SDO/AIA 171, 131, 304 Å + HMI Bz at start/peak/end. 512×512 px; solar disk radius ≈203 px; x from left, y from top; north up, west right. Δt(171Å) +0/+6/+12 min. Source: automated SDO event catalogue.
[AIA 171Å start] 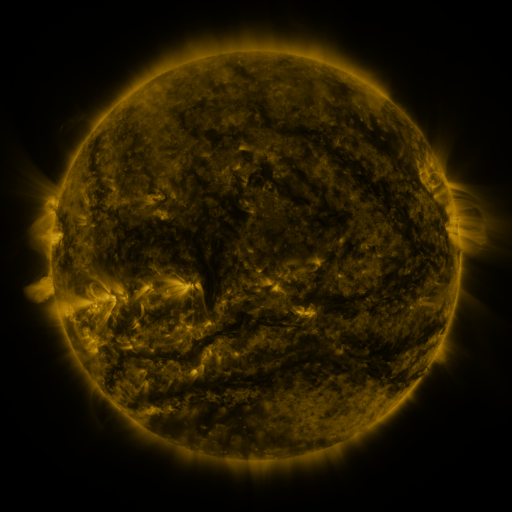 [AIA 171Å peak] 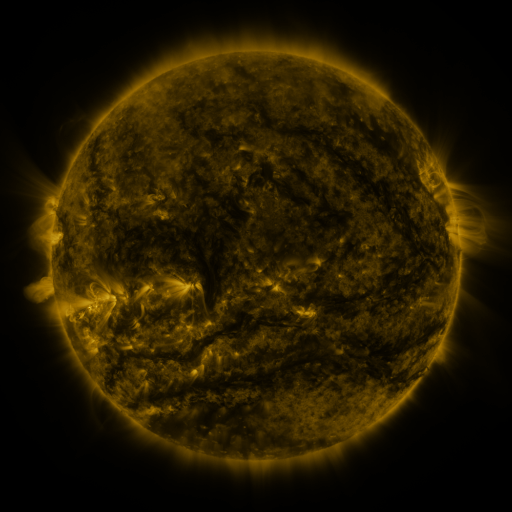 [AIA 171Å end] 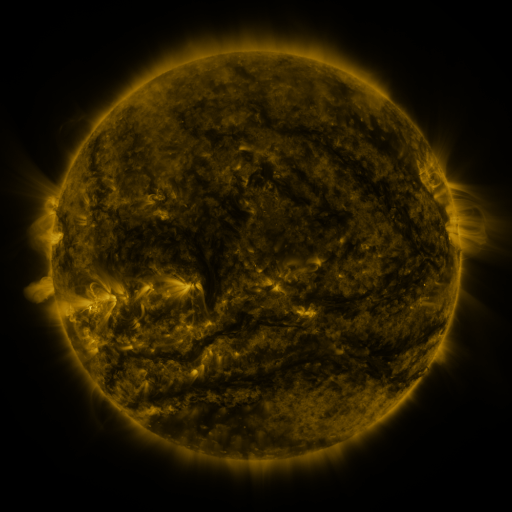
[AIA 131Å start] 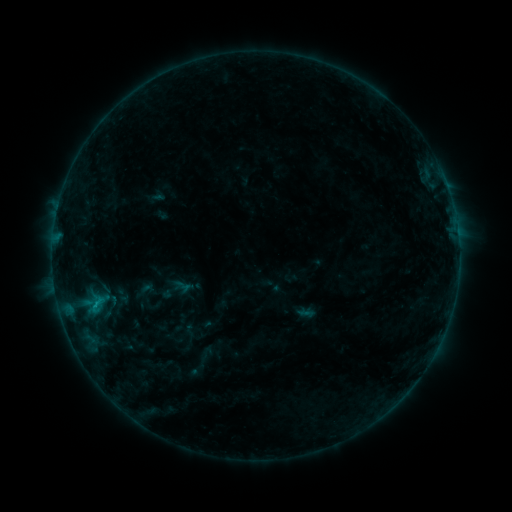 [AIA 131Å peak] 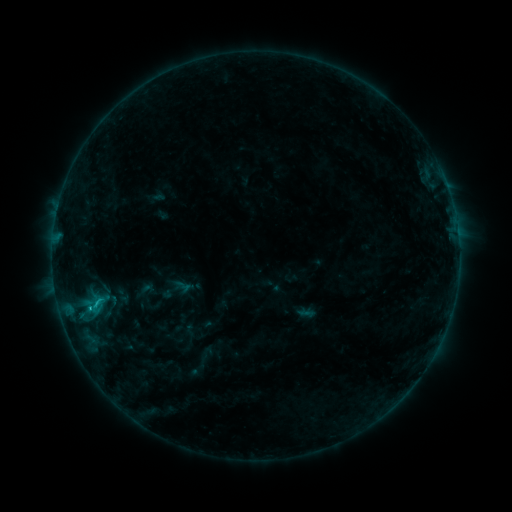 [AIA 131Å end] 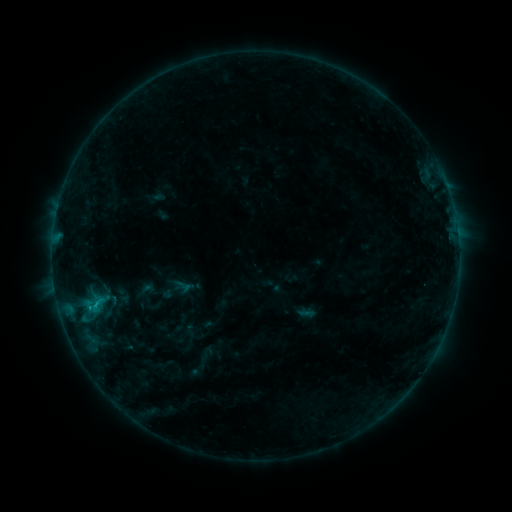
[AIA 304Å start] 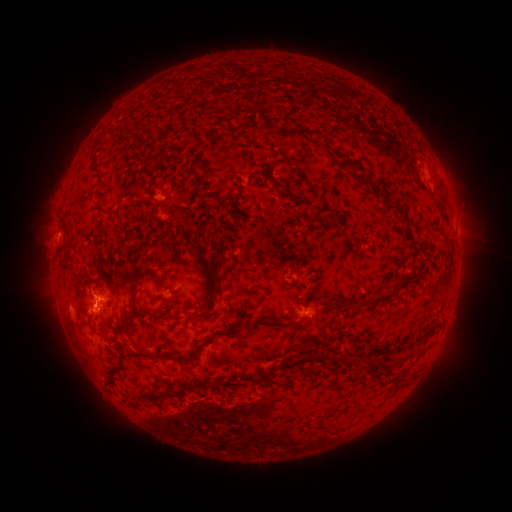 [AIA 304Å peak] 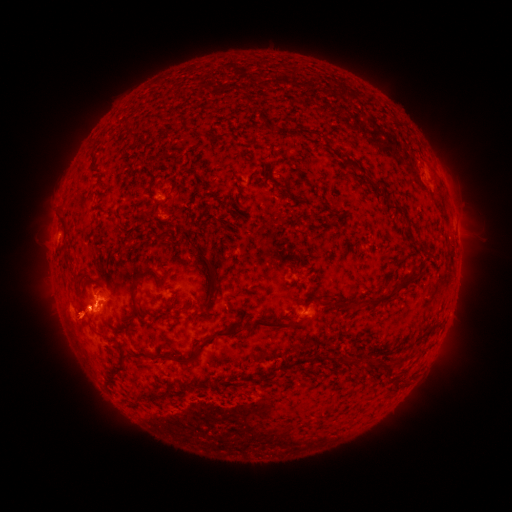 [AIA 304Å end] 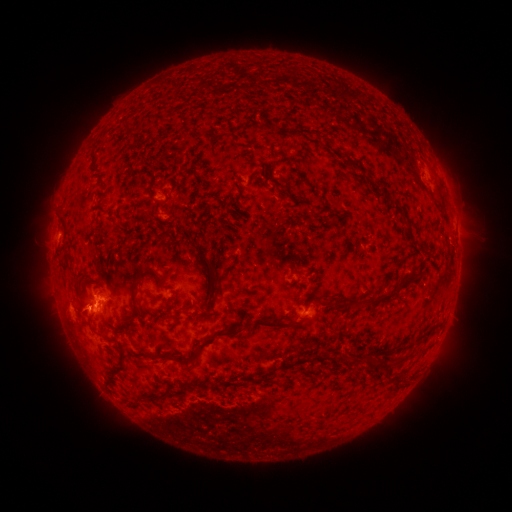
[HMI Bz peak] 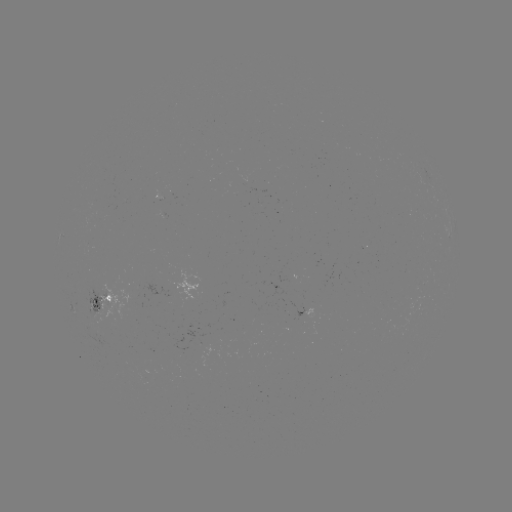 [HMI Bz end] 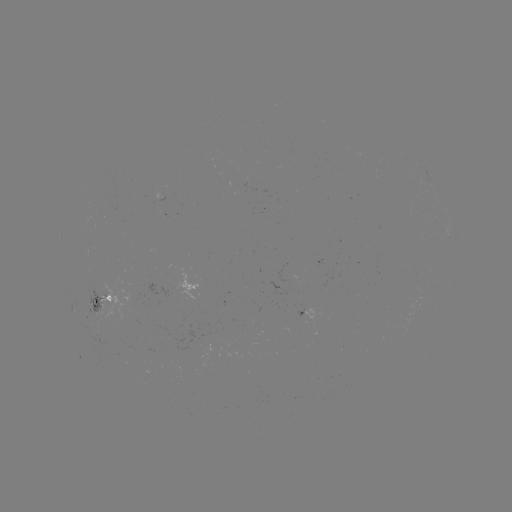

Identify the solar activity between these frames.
eruption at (88, 313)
